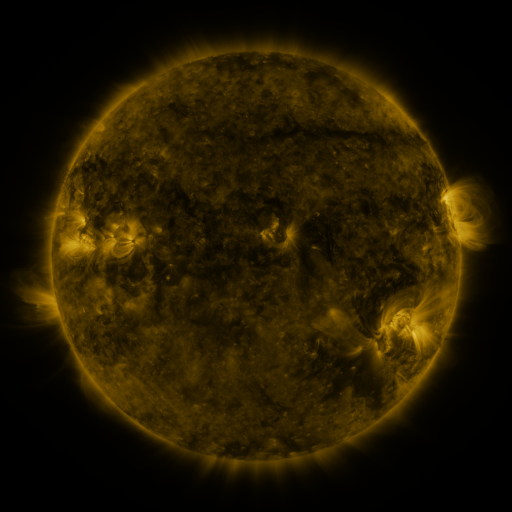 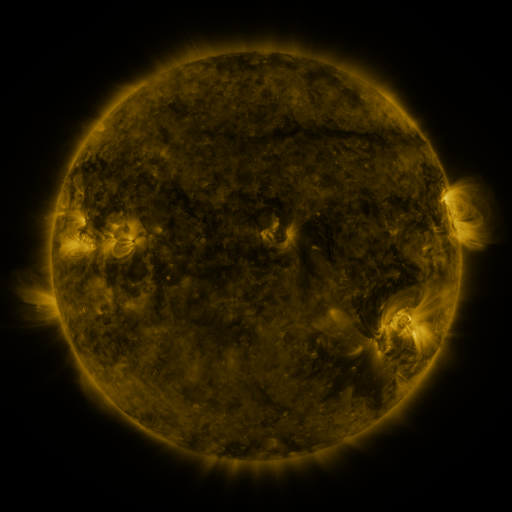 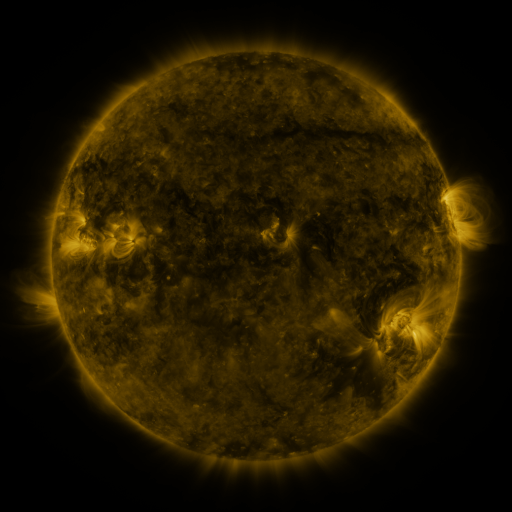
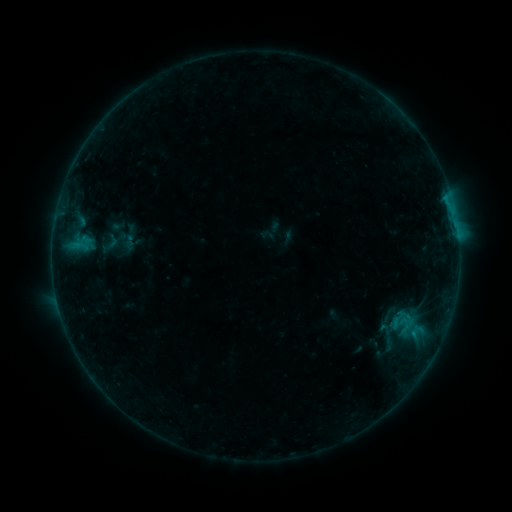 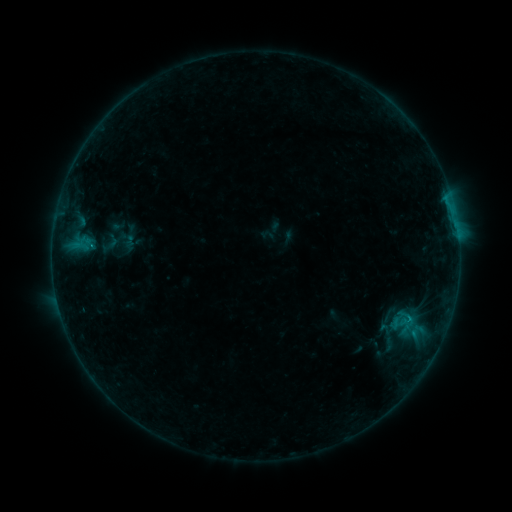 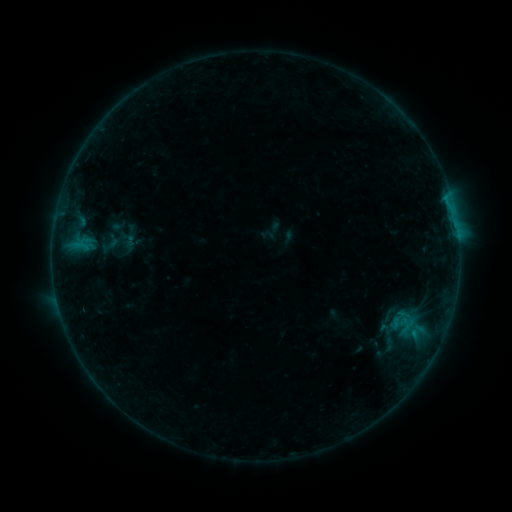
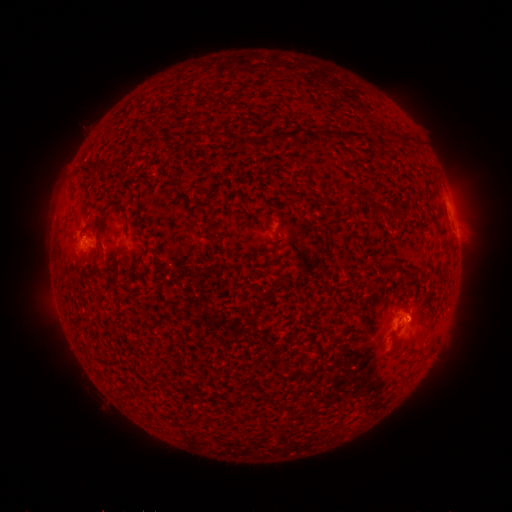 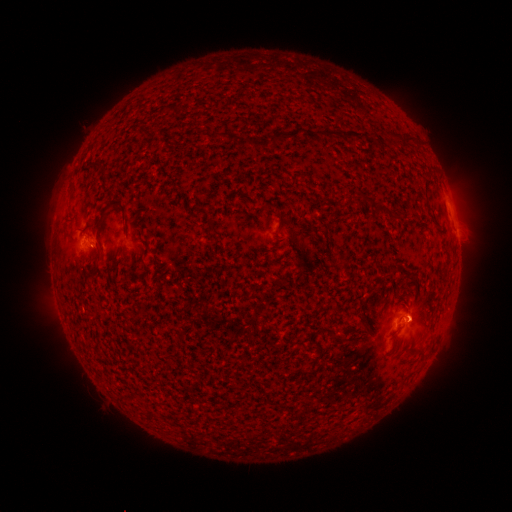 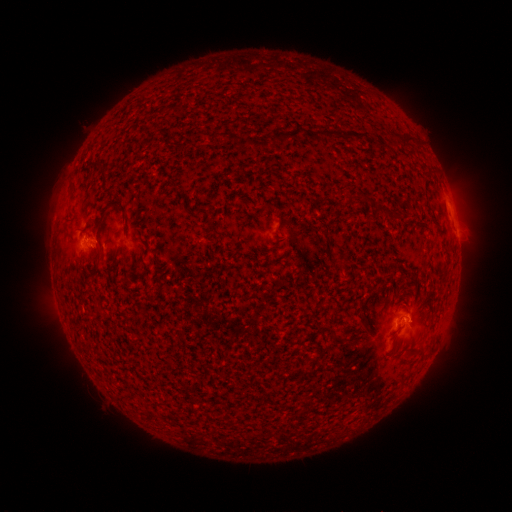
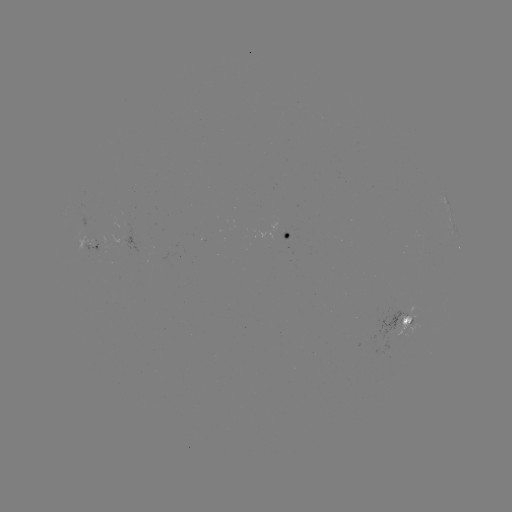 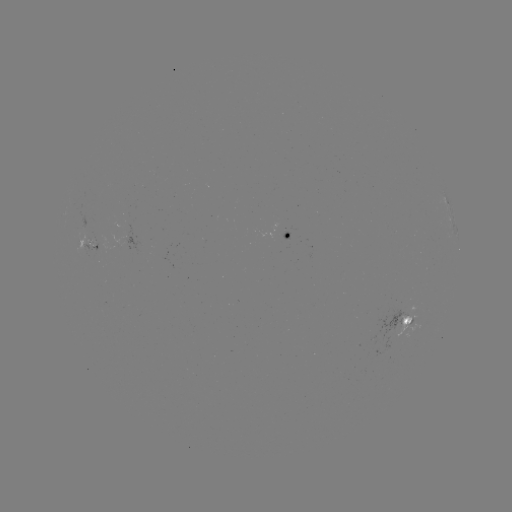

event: flare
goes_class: B3.7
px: (92, 247)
